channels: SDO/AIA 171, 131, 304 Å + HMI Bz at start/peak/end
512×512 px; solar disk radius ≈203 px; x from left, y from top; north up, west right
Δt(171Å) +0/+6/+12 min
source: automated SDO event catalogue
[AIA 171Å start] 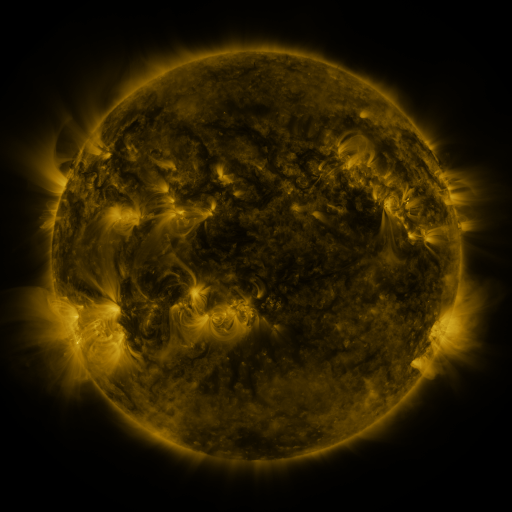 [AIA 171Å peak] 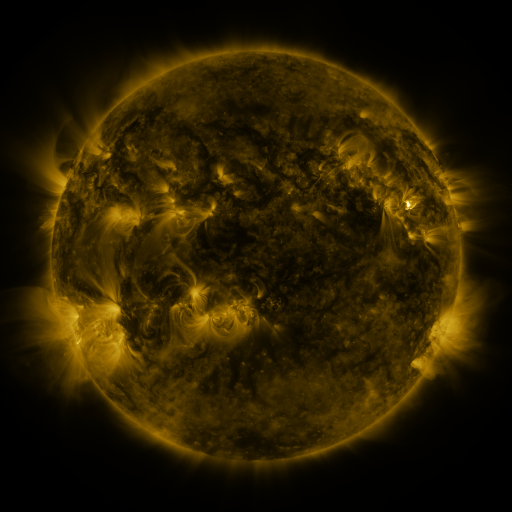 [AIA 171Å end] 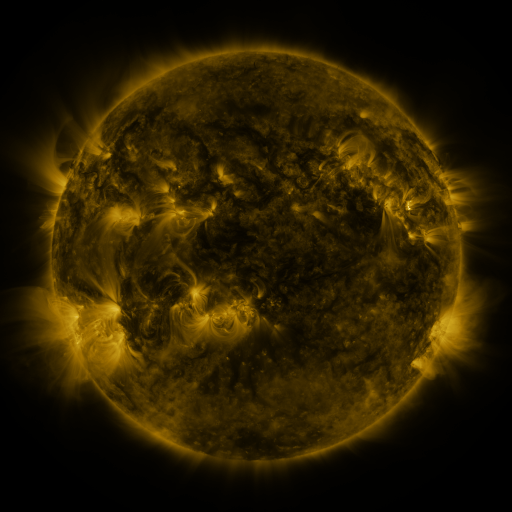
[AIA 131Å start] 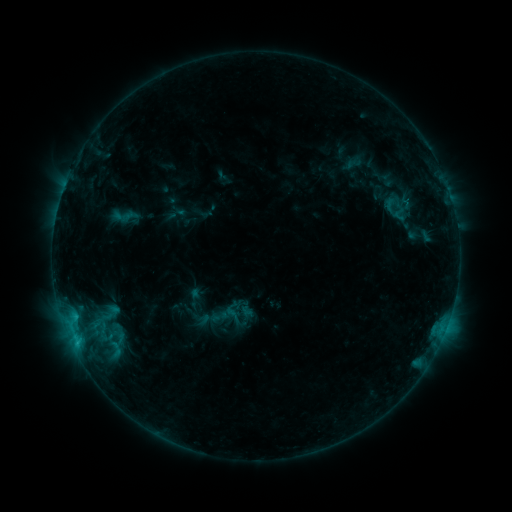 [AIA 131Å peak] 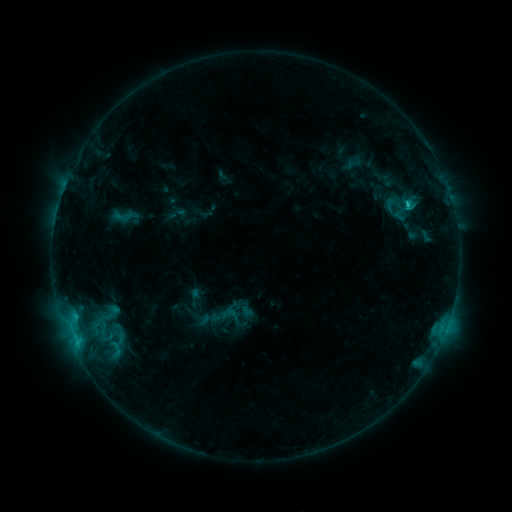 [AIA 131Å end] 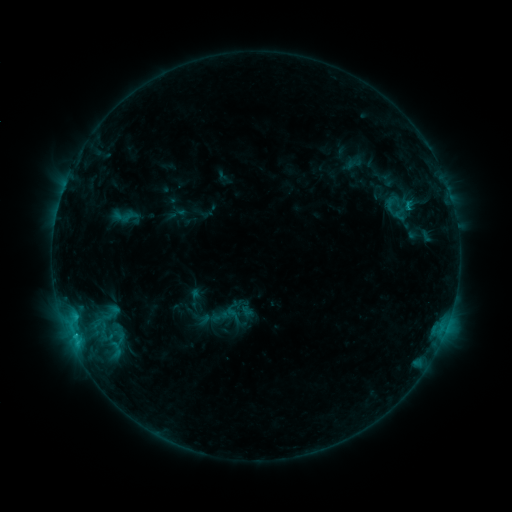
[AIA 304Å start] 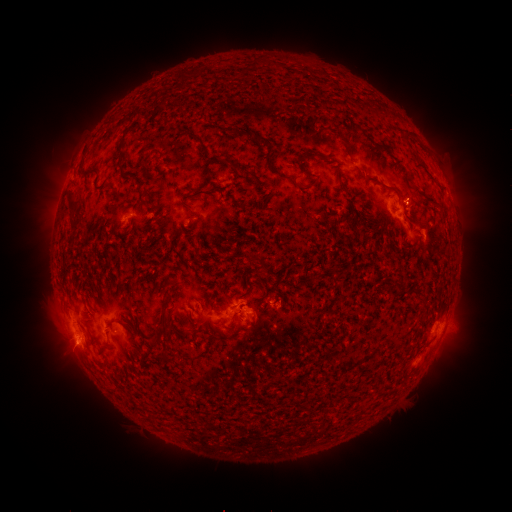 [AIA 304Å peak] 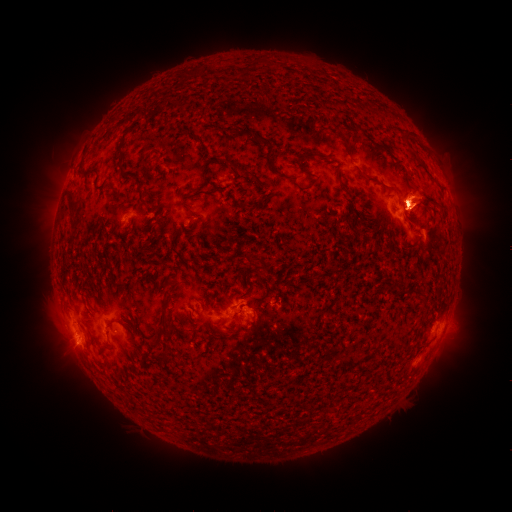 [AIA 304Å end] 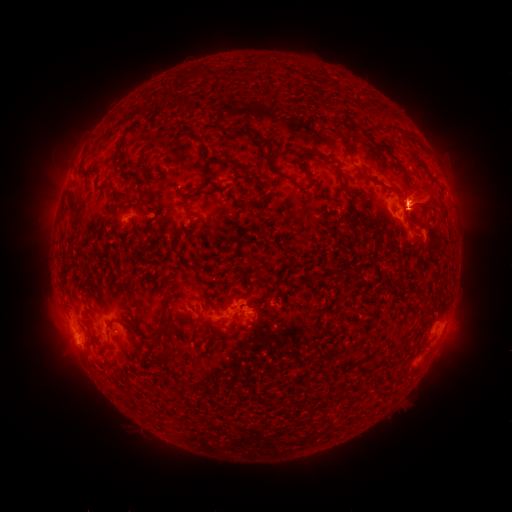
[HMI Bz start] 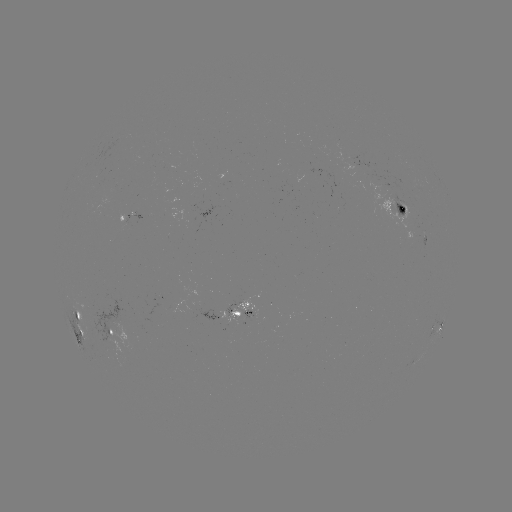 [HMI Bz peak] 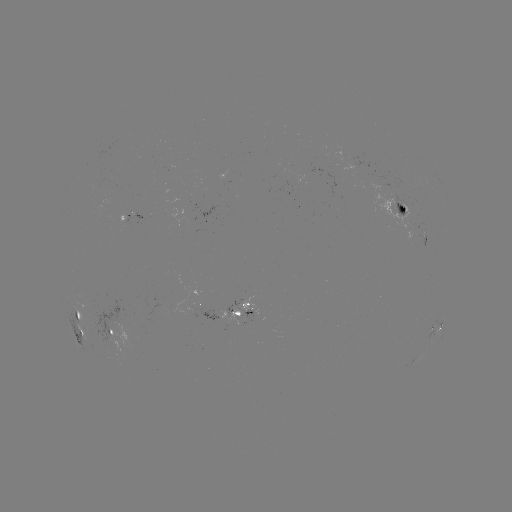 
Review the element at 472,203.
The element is eruption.